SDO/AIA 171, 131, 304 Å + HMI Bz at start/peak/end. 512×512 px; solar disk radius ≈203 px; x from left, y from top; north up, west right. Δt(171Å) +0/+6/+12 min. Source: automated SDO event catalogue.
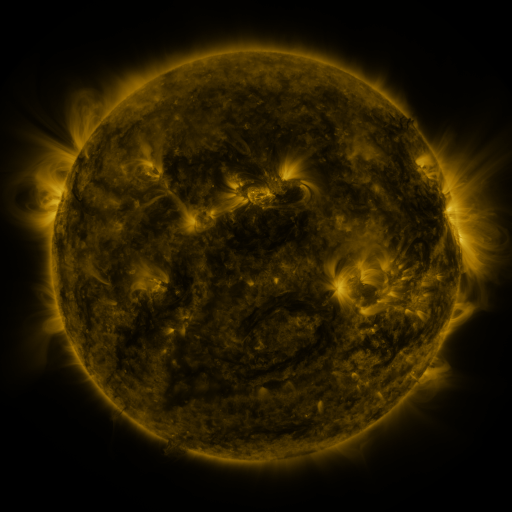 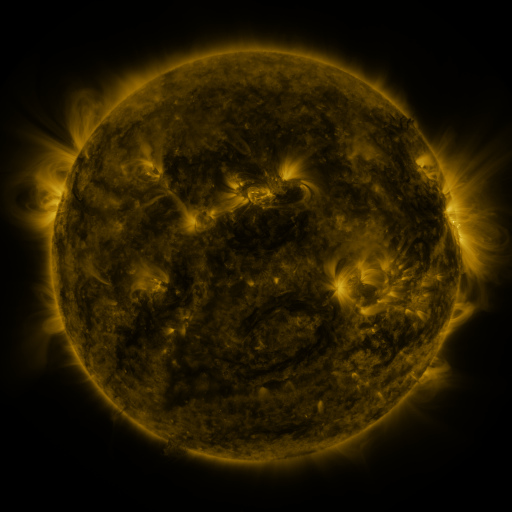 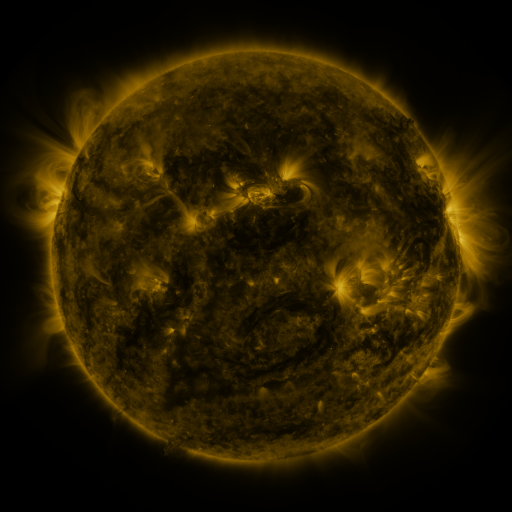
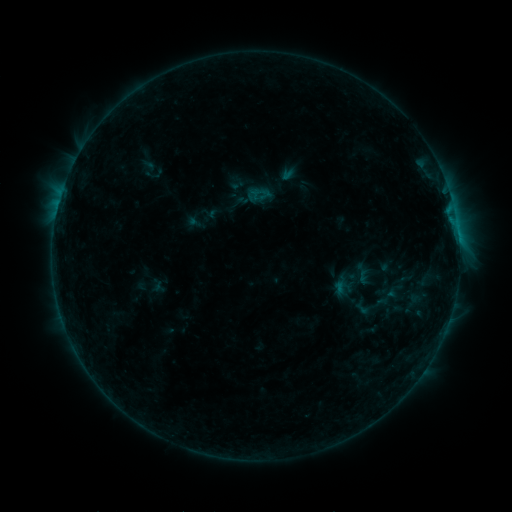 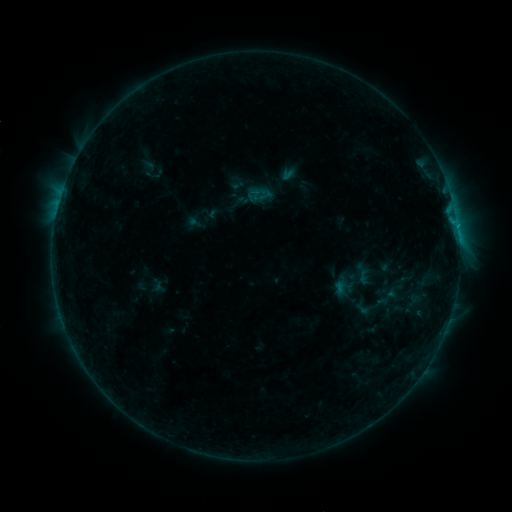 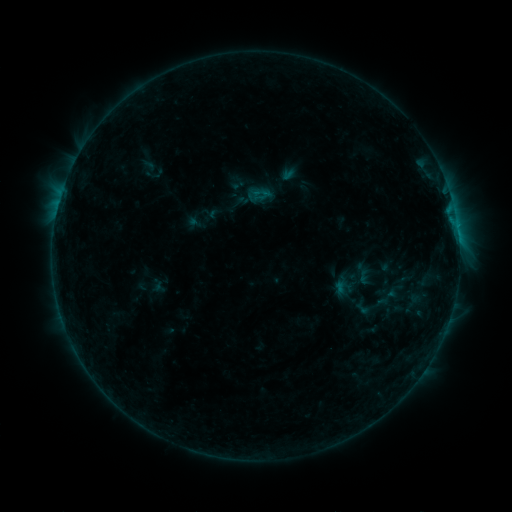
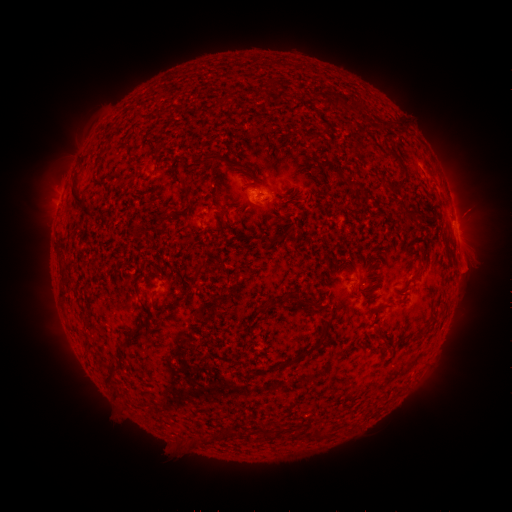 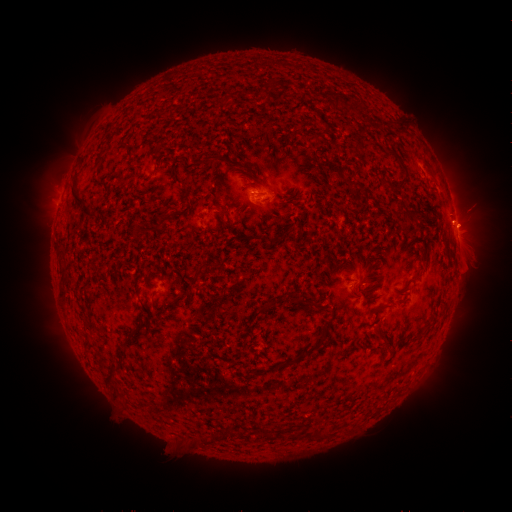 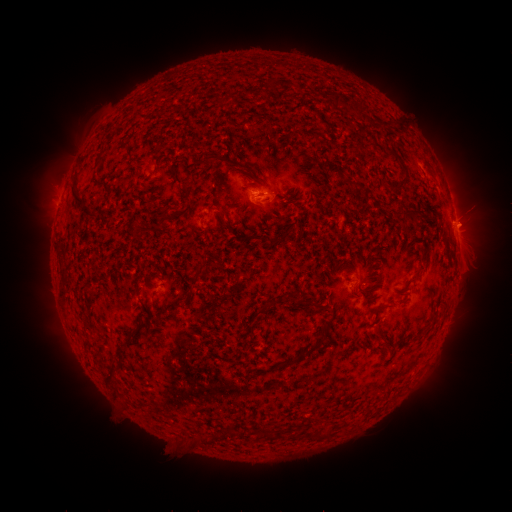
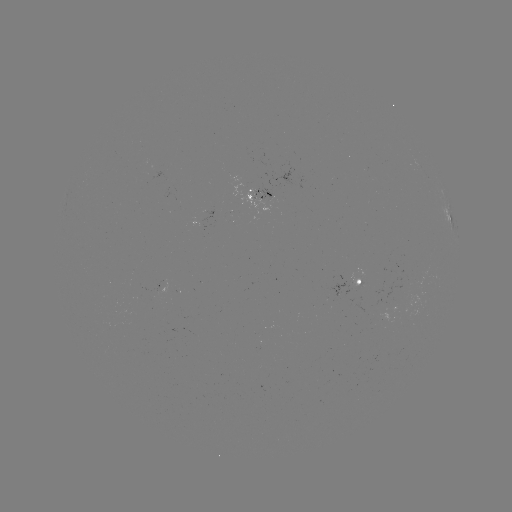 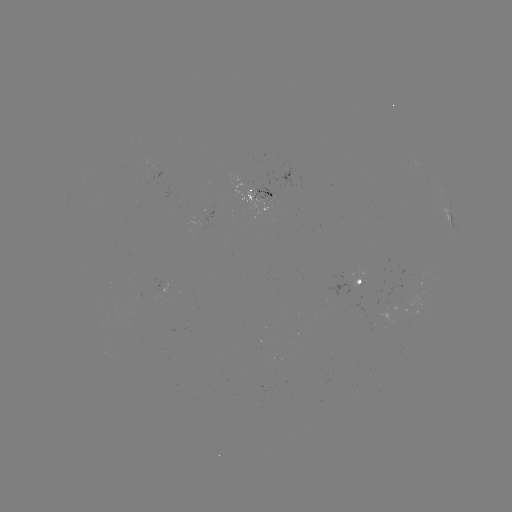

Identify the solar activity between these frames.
eruption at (473, 219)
